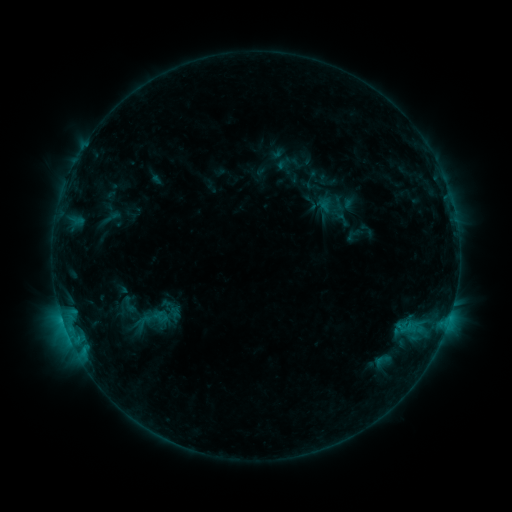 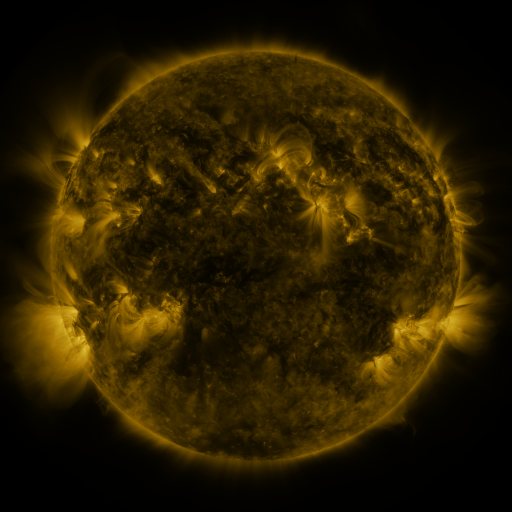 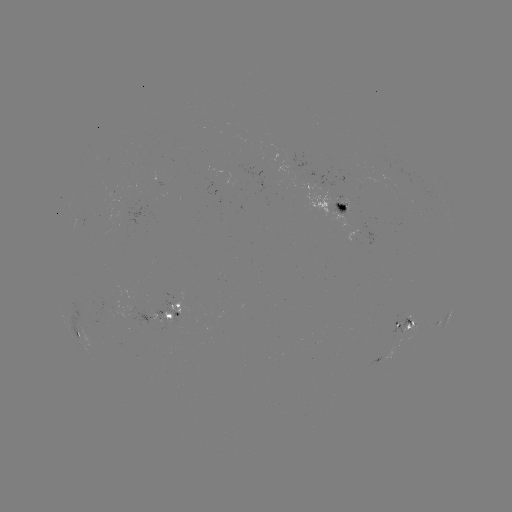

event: sigmoid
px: (111, 217)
